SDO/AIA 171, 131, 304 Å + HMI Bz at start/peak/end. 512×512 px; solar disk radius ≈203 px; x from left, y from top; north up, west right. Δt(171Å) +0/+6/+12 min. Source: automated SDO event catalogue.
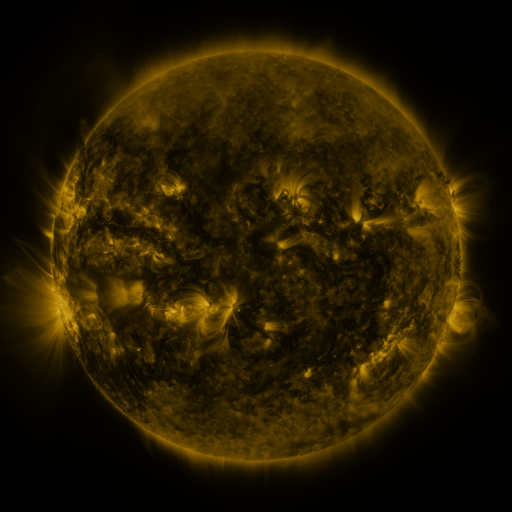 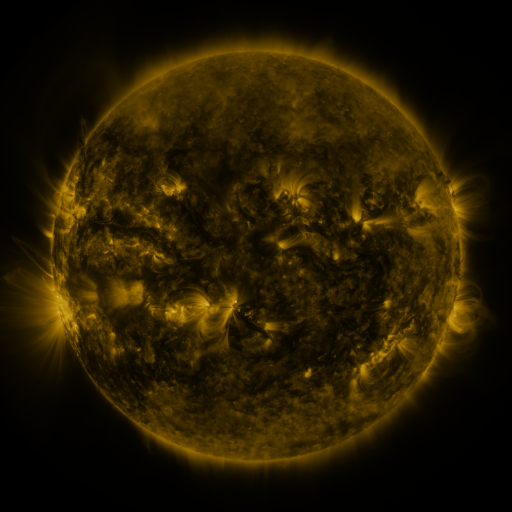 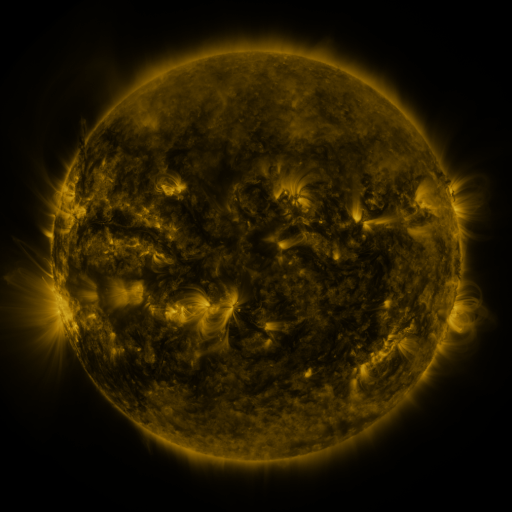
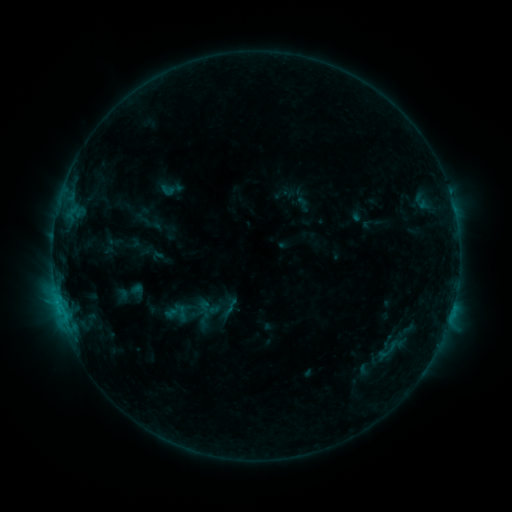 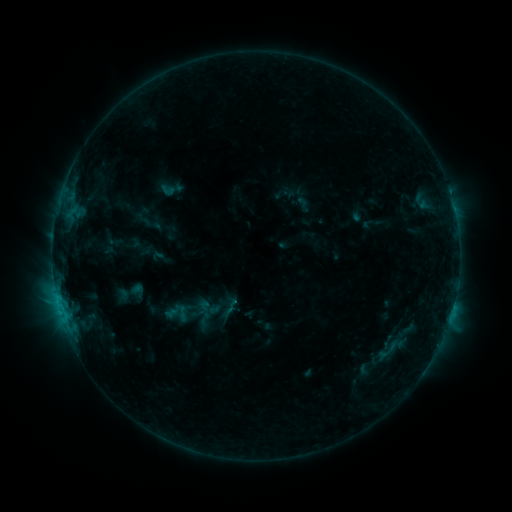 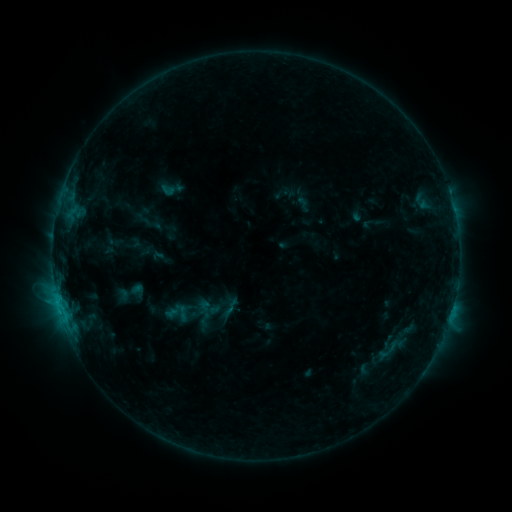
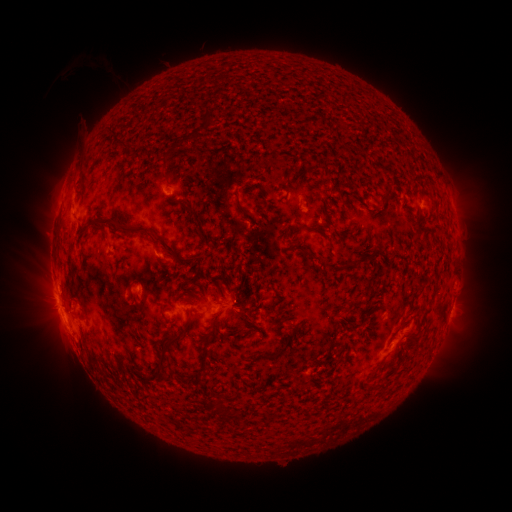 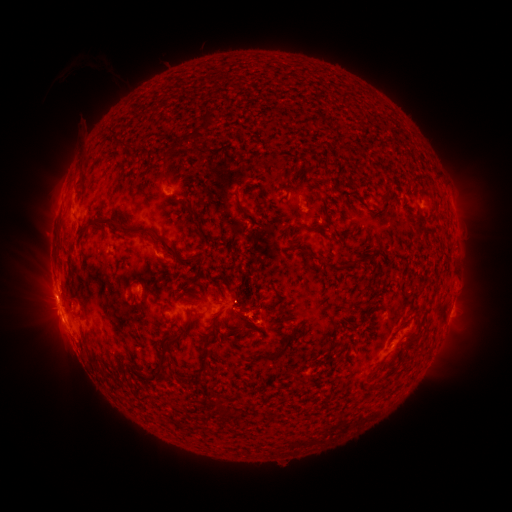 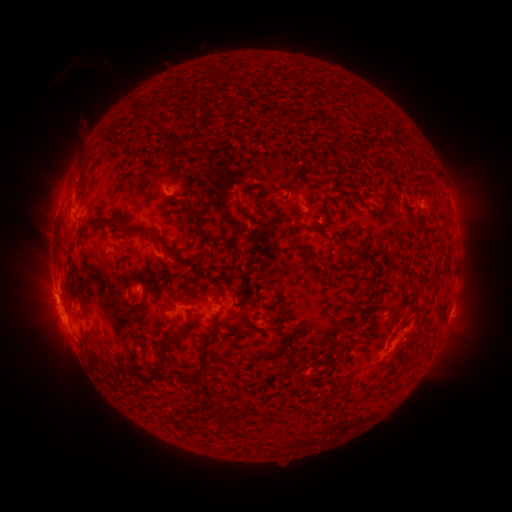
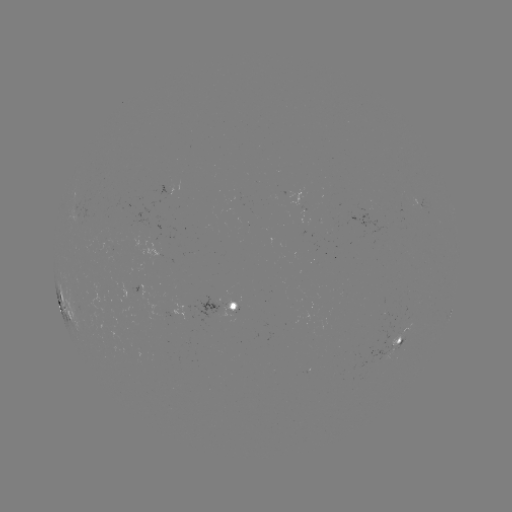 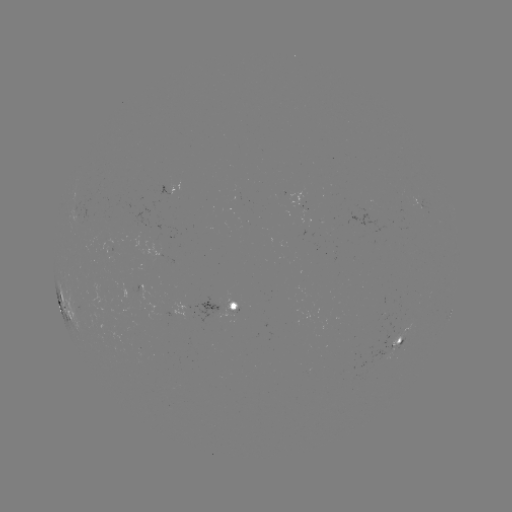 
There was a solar eruption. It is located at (250, 307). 